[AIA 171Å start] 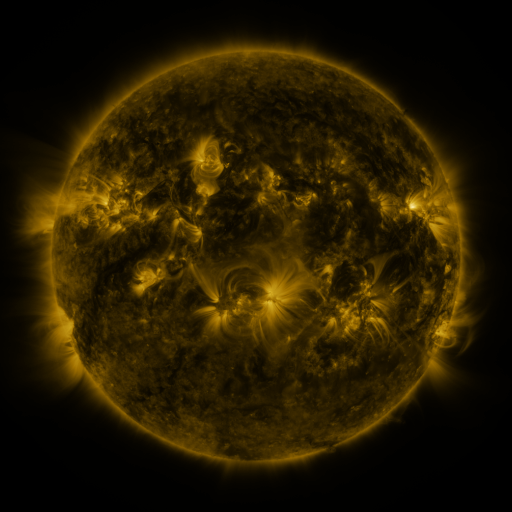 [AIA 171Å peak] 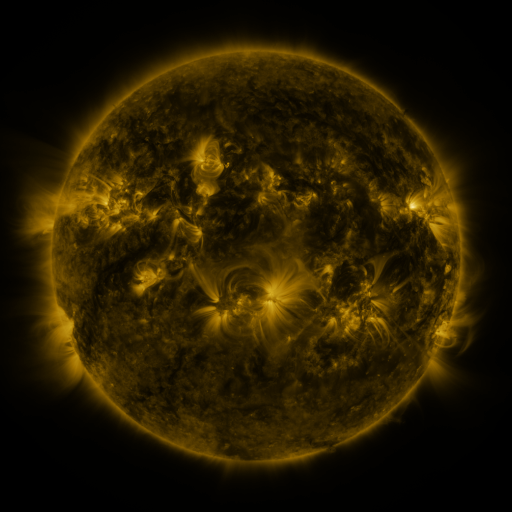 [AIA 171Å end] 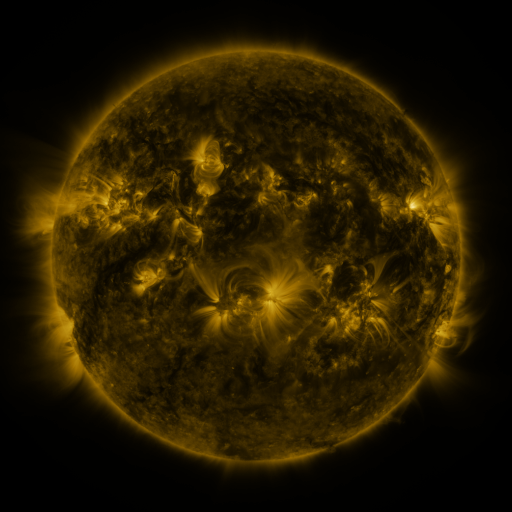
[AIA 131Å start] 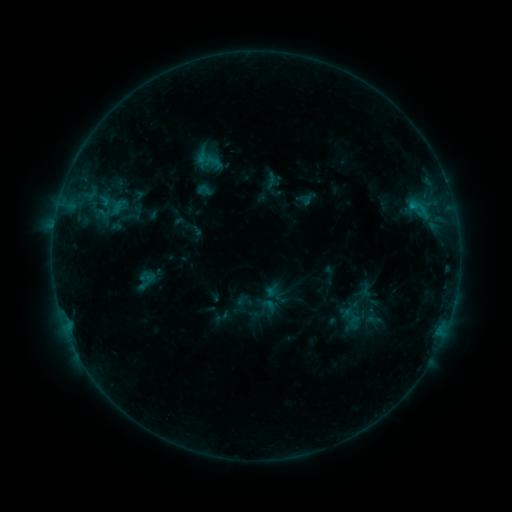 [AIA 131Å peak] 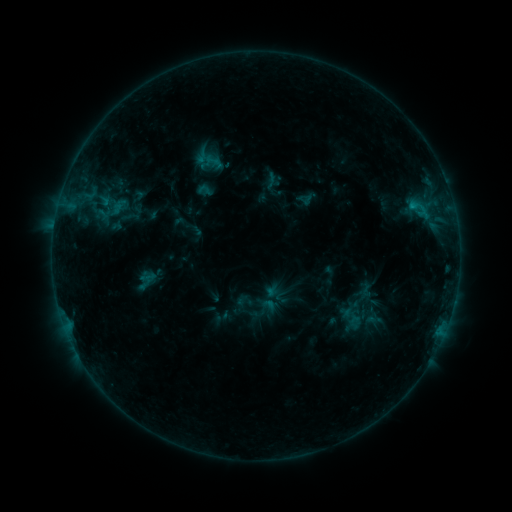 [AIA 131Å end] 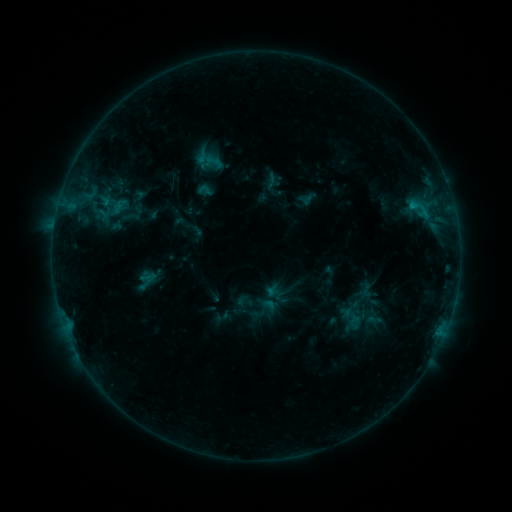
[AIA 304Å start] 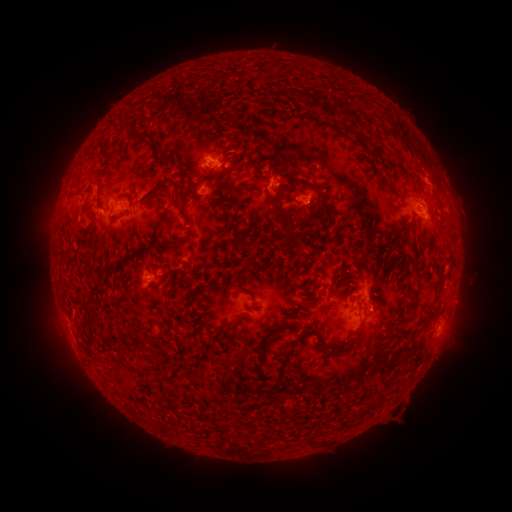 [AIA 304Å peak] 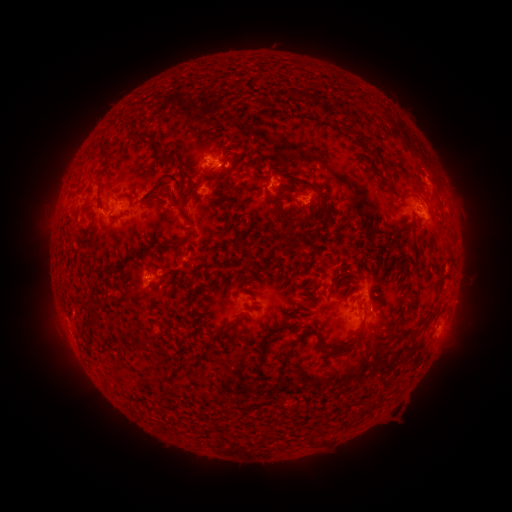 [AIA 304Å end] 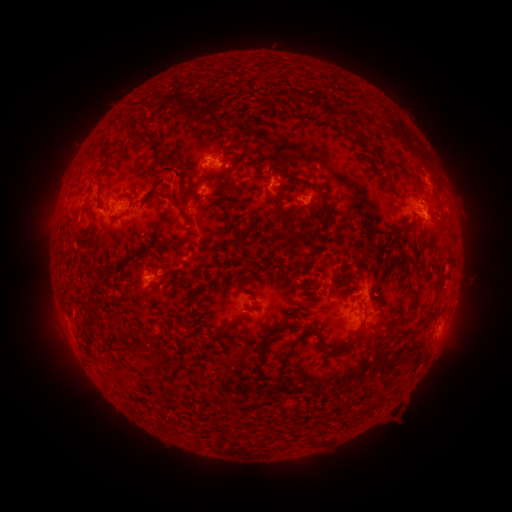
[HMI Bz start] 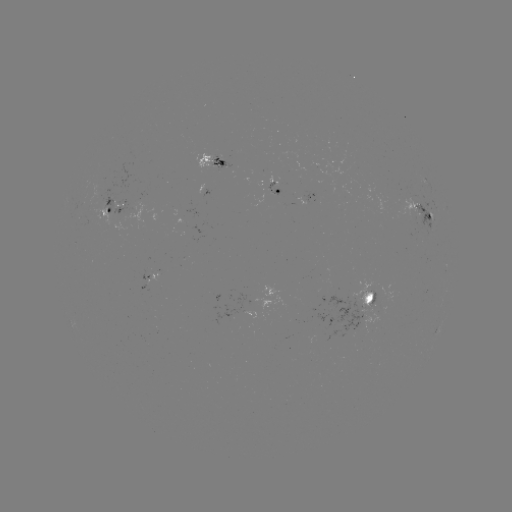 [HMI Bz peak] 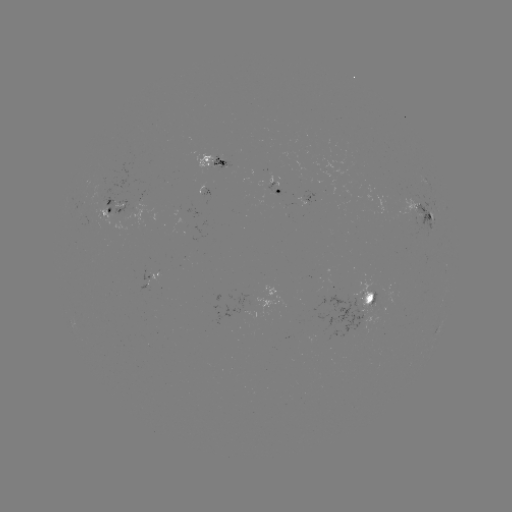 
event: eruption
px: (171, 183)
